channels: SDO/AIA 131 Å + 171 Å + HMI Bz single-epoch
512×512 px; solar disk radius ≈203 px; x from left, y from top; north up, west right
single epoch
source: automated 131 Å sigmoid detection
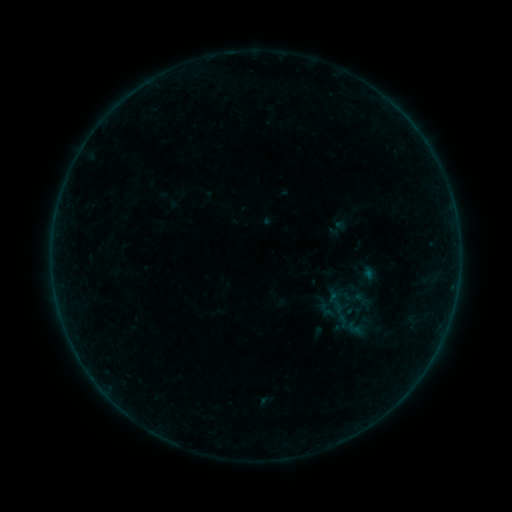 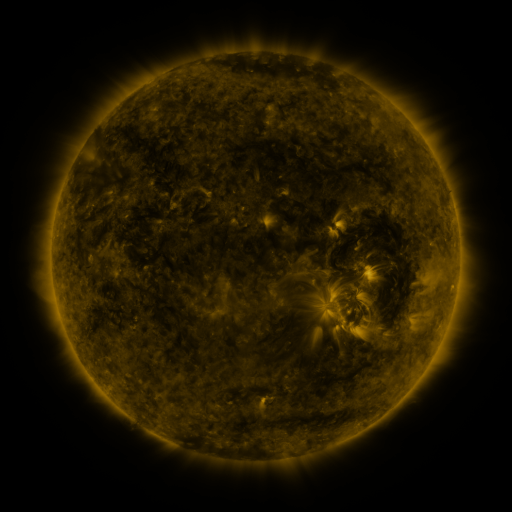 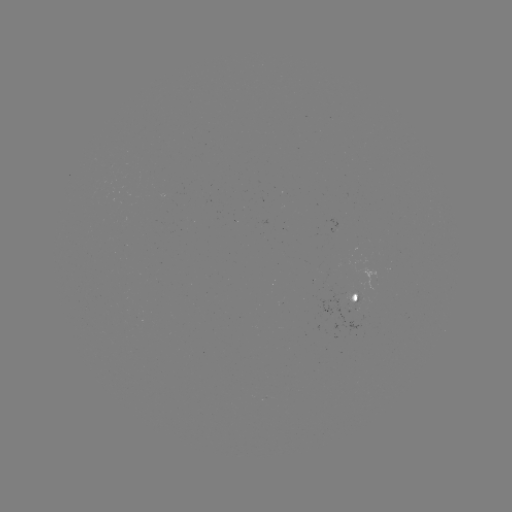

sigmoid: (358, 296, 374, 312)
